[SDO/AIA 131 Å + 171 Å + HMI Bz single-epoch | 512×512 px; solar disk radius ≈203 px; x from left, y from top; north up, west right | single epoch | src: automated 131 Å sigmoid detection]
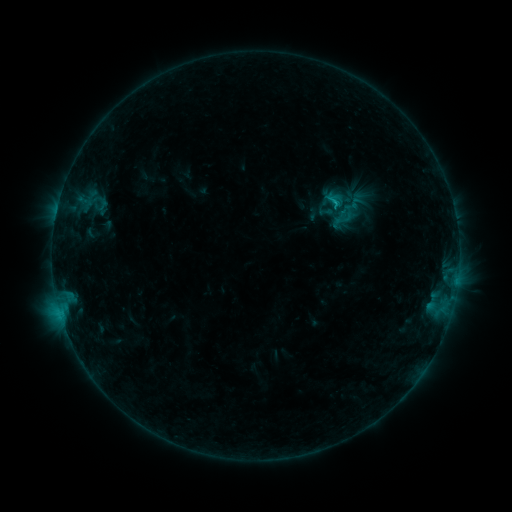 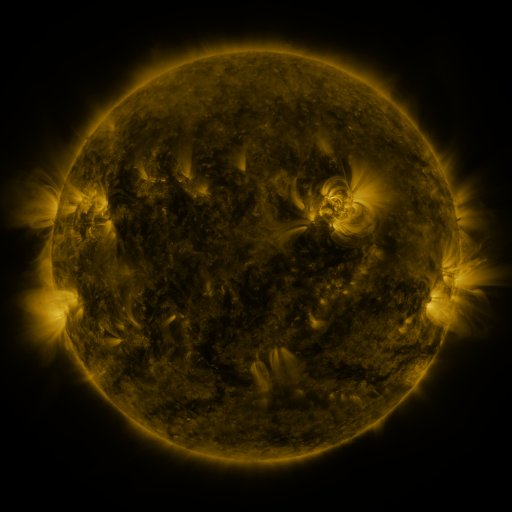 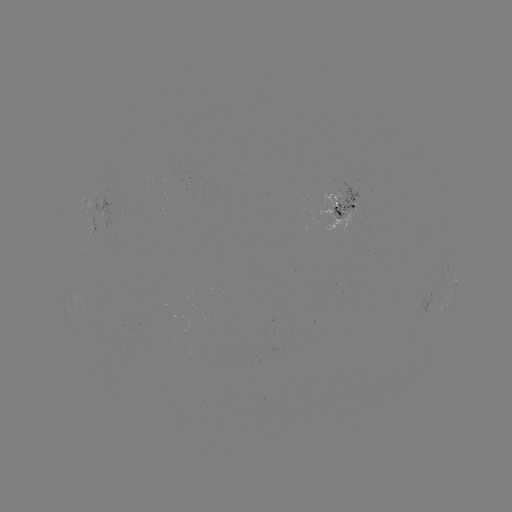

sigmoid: <bbox>331, 207, 350, 225</bbox>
